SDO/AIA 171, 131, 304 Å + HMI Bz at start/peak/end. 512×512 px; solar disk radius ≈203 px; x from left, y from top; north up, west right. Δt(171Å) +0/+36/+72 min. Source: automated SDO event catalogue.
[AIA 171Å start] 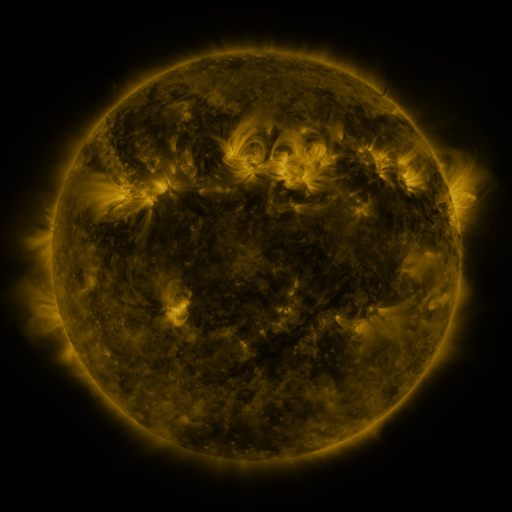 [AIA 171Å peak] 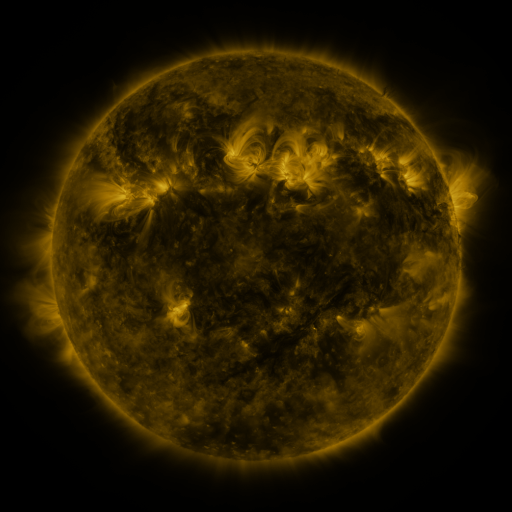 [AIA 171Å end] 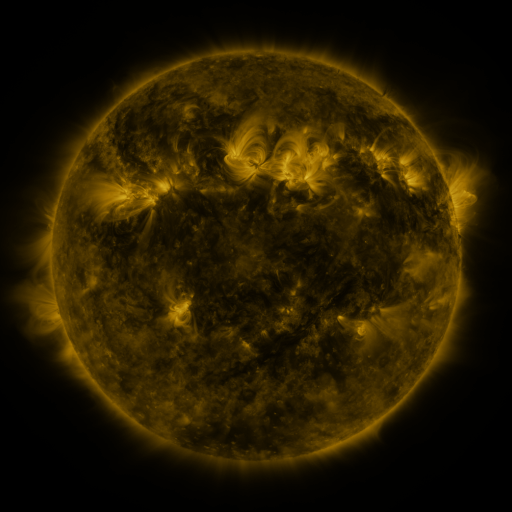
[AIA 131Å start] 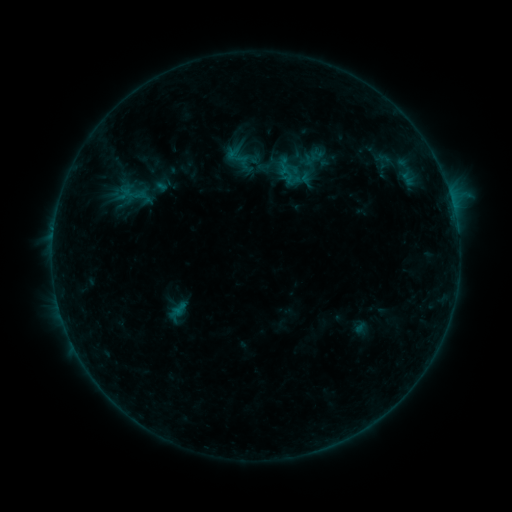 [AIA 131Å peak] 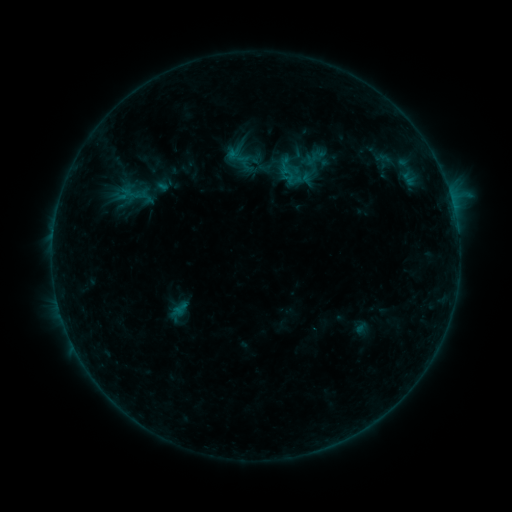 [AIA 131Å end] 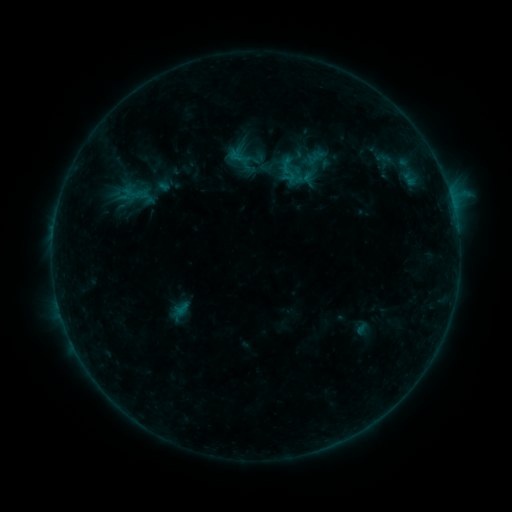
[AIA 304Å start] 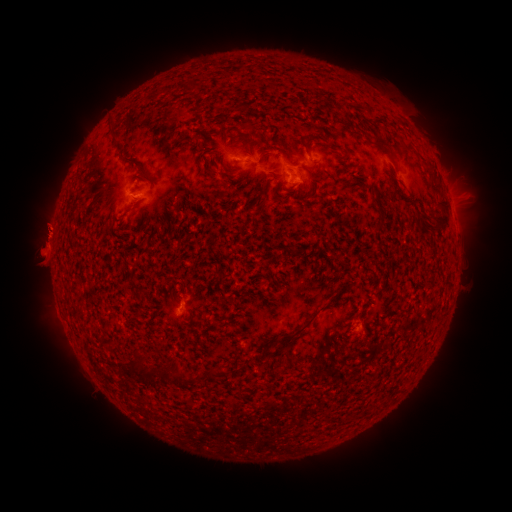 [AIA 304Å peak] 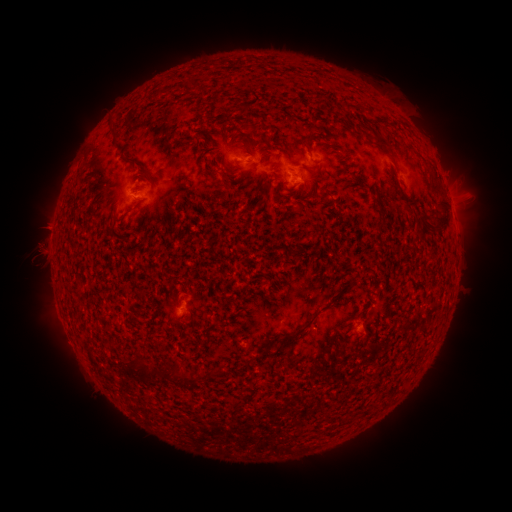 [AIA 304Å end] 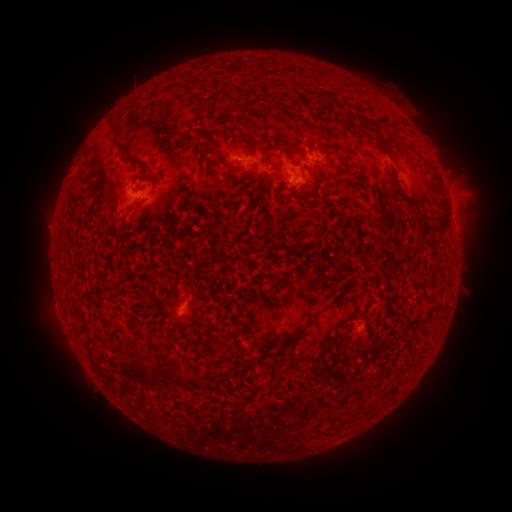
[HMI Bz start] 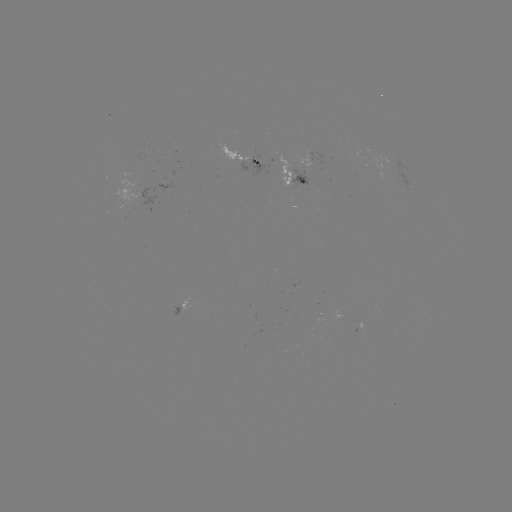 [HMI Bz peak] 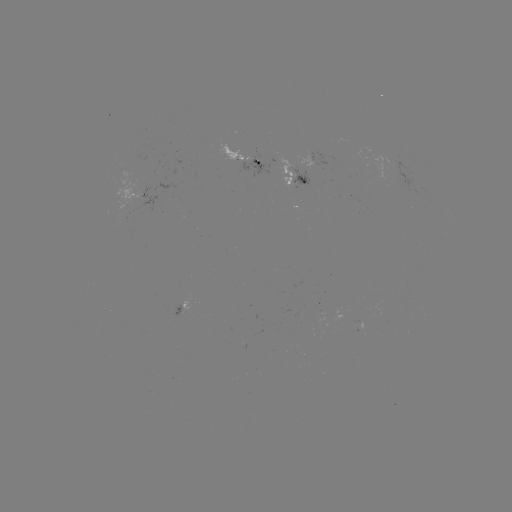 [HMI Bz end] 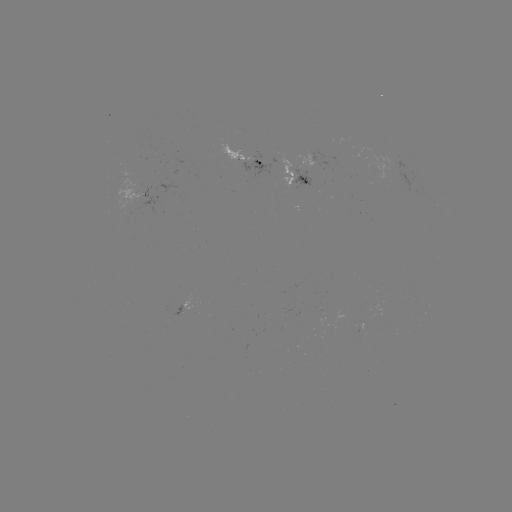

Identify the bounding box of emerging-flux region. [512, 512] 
[218, 144, 238, 161].